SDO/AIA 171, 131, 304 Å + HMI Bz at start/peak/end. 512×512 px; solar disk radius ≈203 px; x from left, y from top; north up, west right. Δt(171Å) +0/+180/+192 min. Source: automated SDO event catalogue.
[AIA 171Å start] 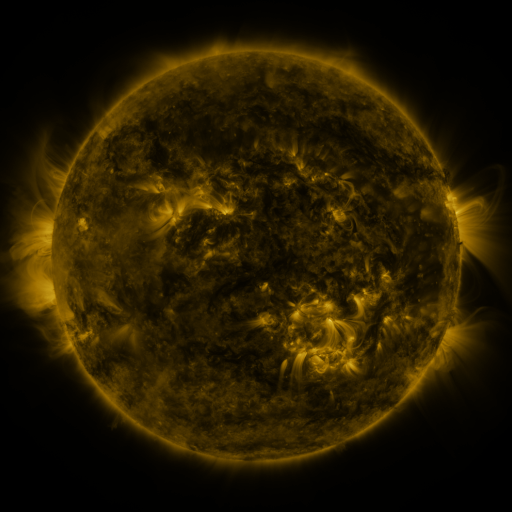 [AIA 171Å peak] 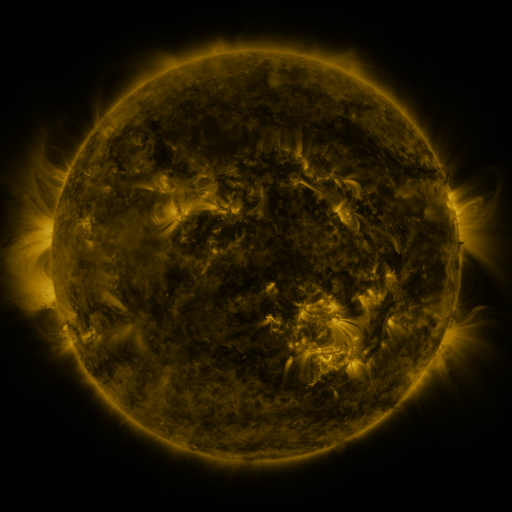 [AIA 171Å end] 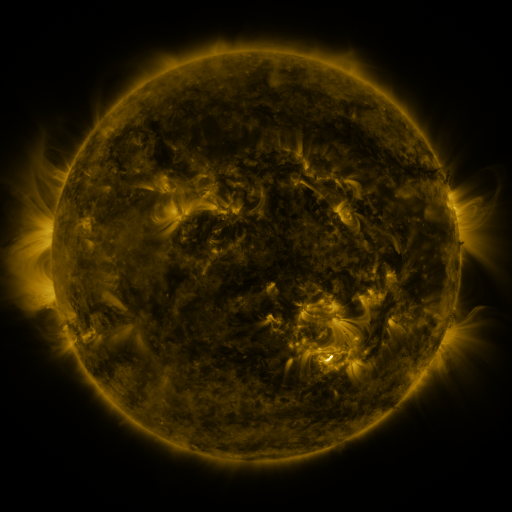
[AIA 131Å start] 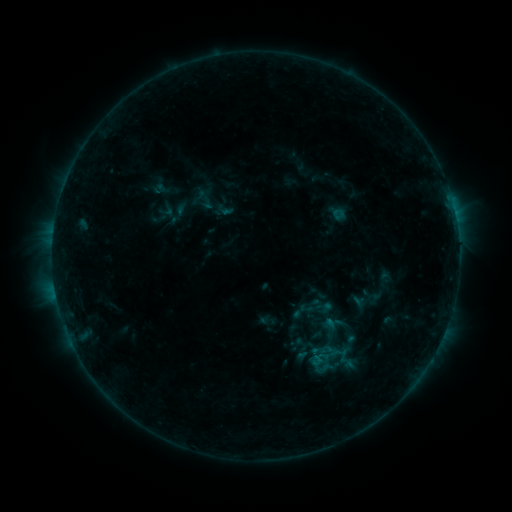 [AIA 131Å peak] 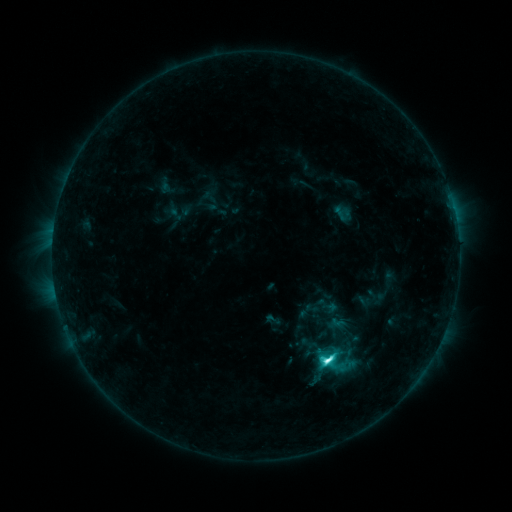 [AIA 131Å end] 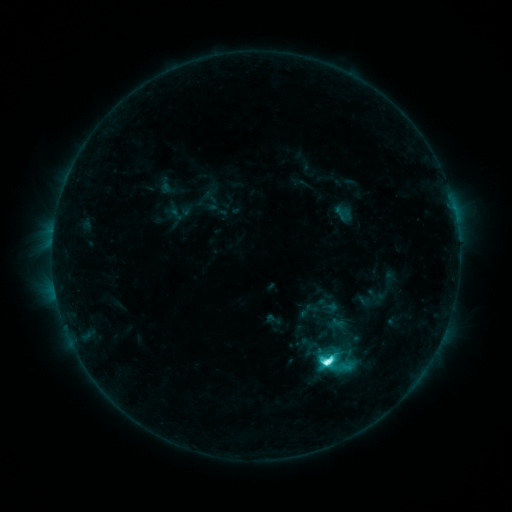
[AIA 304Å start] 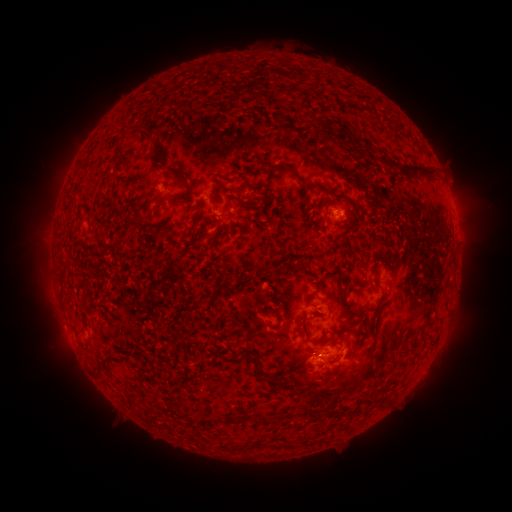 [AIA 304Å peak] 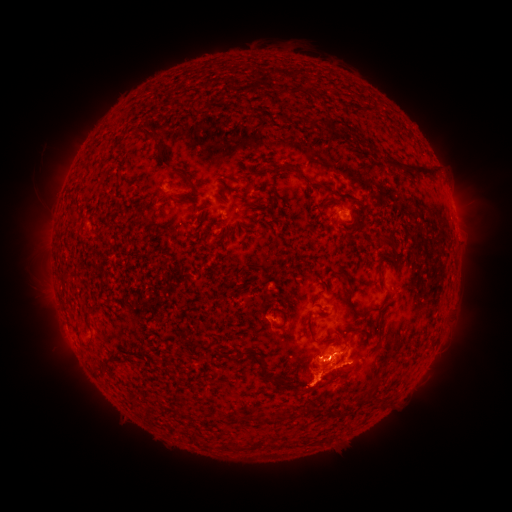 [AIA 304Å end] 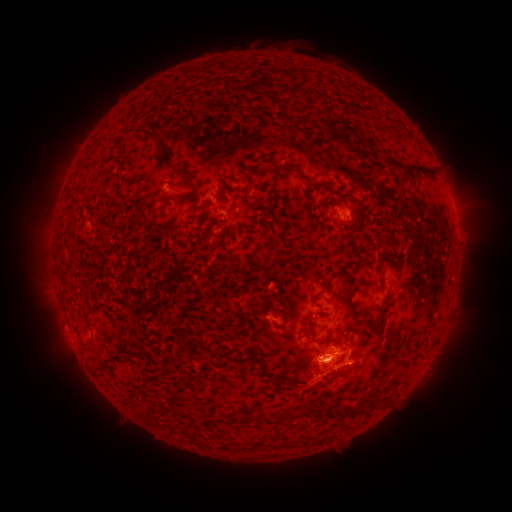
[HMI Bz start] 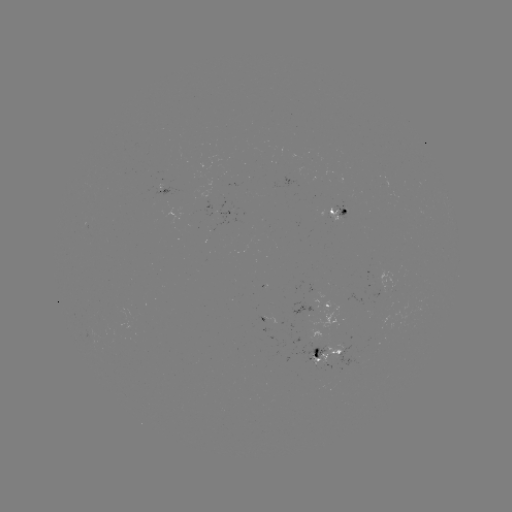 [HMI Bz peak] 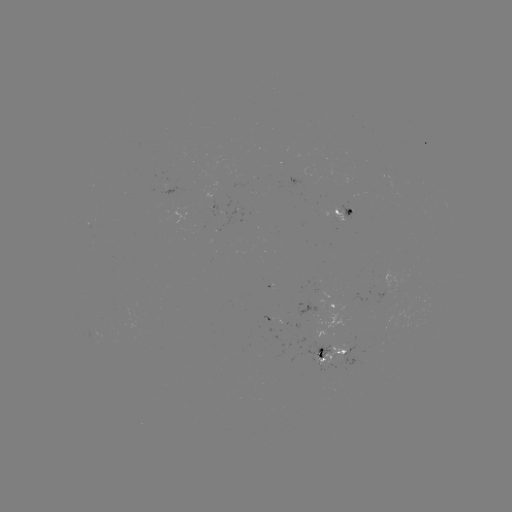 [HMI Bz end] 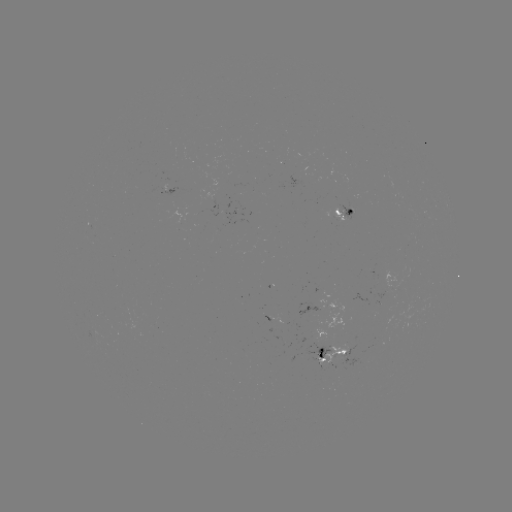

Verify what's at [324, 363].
emerging-flux region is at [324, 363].